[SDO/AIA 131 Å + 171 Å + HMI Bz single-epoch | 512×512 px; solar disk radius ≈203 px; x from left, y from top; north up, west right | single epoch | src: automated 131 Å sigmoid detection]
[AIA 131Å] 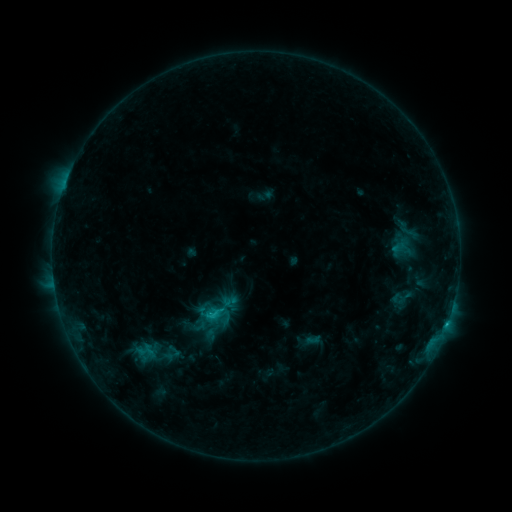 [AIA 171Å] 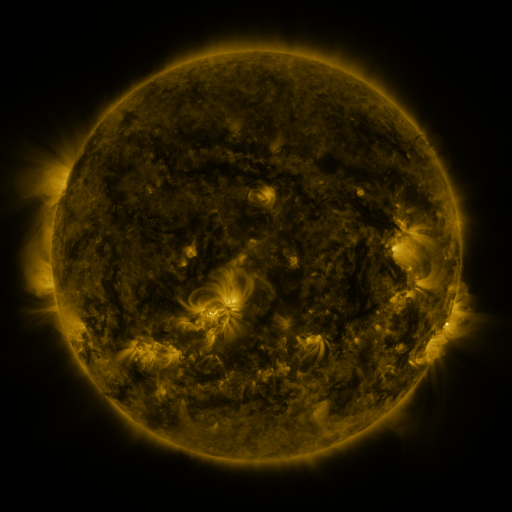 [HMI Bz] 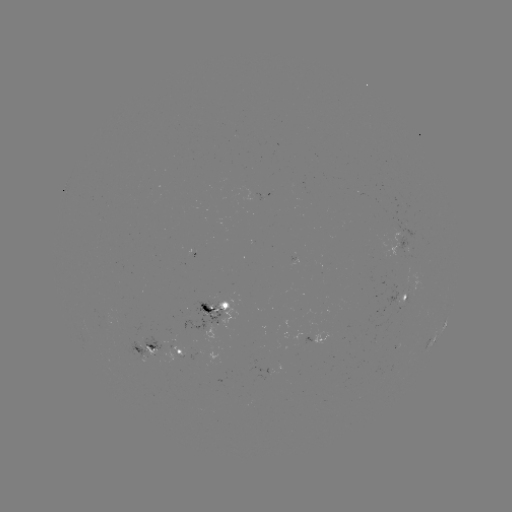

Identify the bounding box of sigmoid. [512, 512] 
[202, 305, 222, 325].